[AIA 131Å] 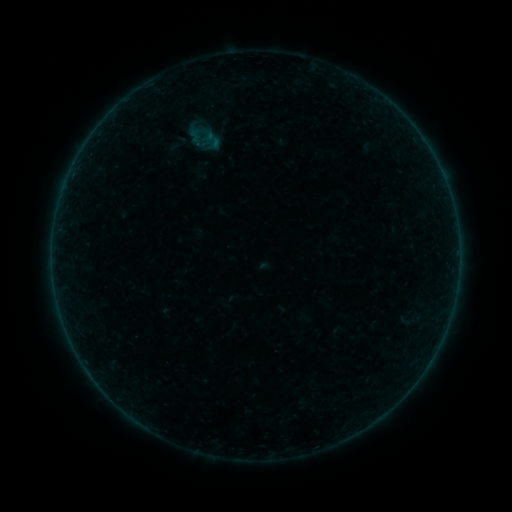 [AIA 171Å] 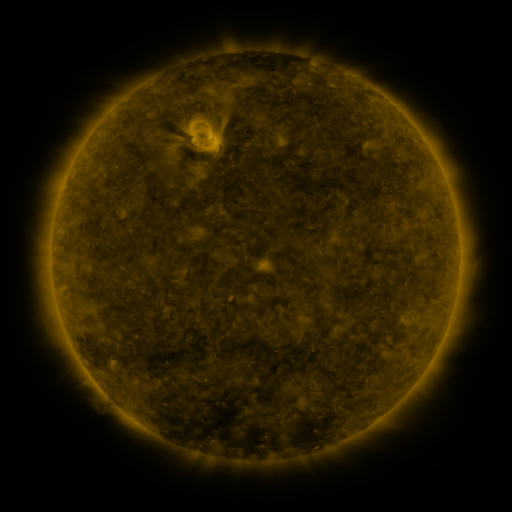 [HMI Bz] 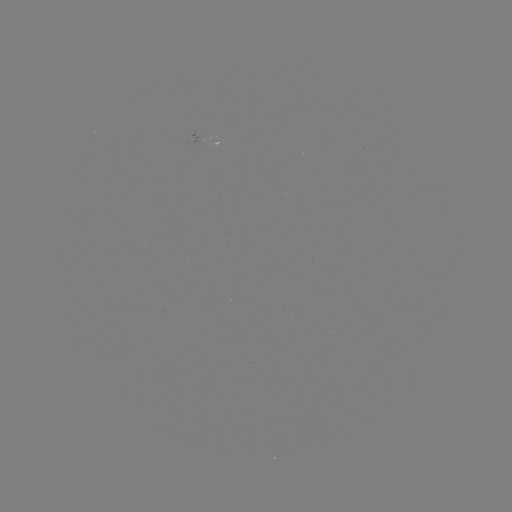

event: sigmoid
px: (212, 141)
